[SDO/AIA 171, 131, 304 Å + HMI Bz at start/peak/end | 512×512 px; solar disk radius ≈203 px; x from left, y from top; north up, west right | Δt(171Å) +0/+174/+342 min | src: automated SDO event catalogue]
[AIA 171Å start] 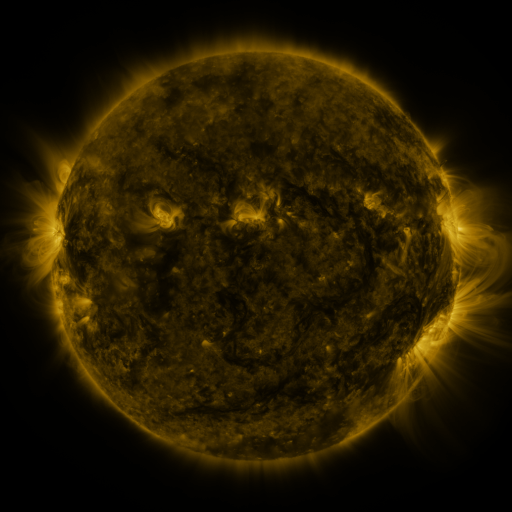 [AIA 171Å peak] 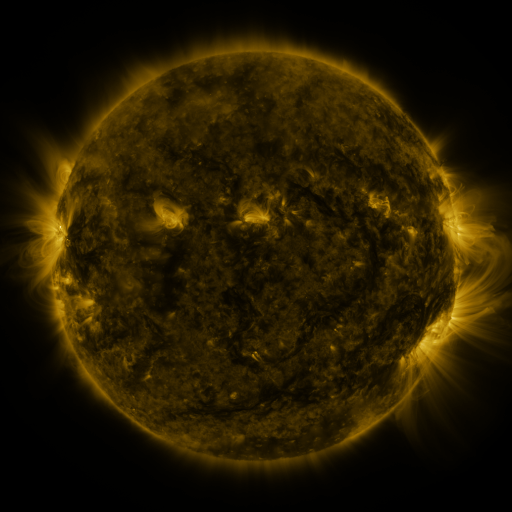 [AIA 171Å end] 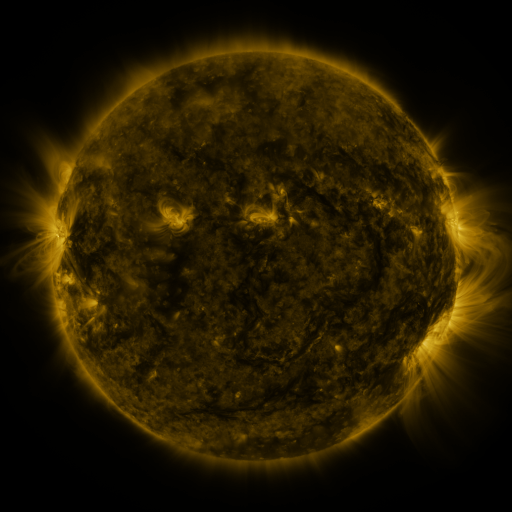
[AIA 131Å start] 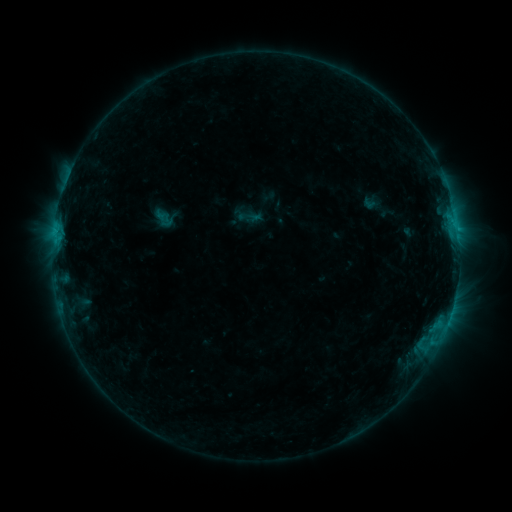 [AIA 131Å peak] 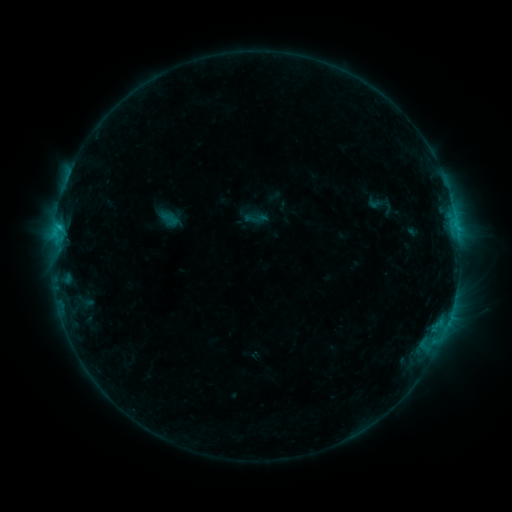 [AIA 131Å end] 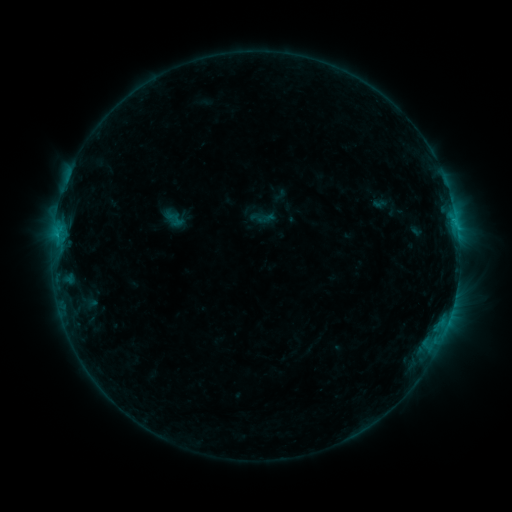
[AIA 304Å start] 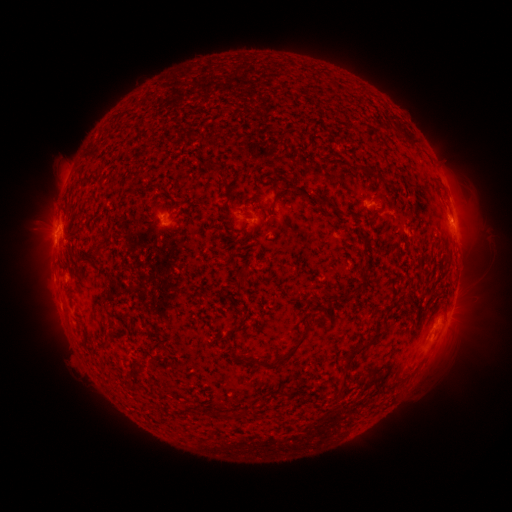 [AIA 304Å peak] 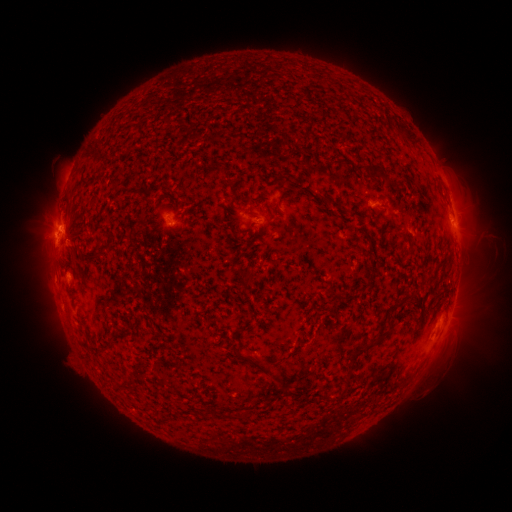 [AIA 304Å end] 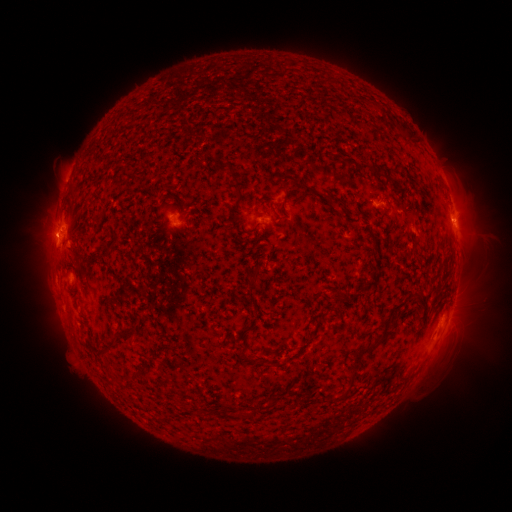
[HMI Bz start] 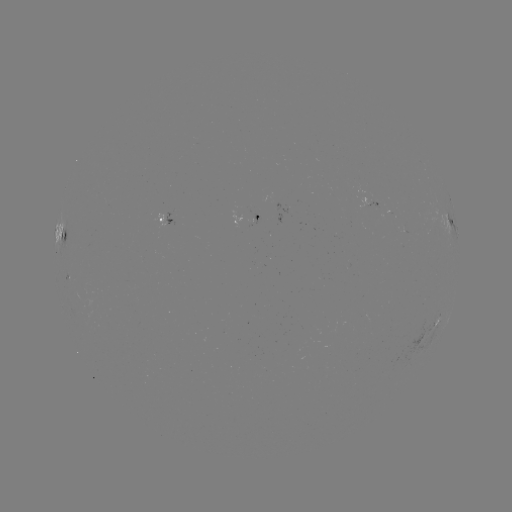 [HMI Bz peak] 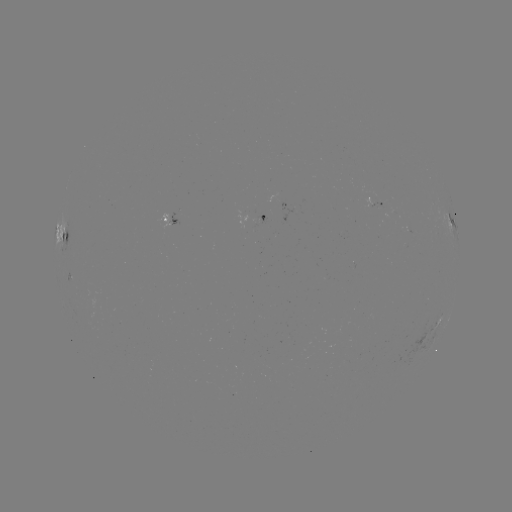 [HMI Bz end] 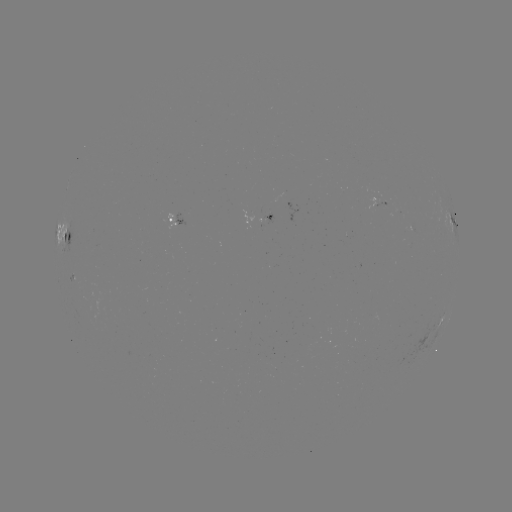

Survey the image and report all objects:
filament eruption: (291, 339)
